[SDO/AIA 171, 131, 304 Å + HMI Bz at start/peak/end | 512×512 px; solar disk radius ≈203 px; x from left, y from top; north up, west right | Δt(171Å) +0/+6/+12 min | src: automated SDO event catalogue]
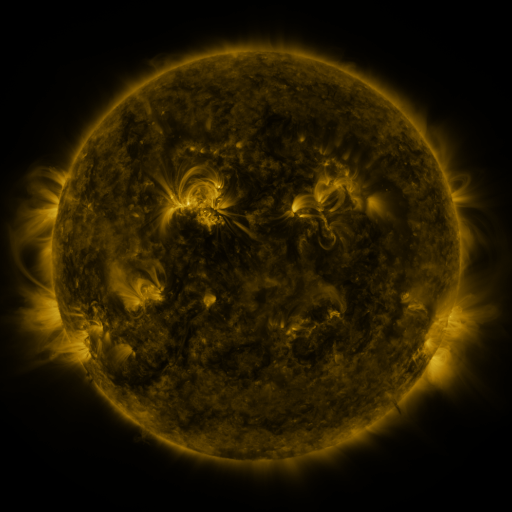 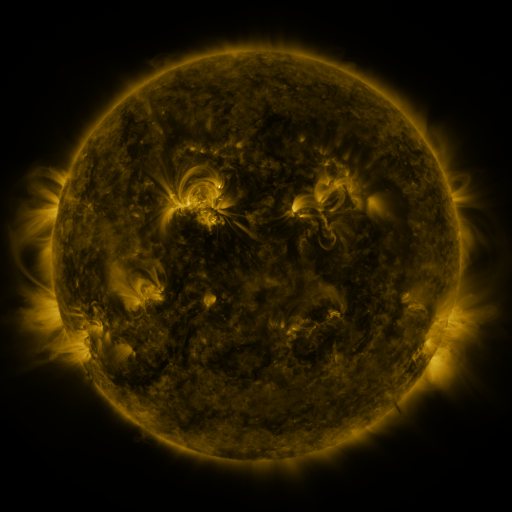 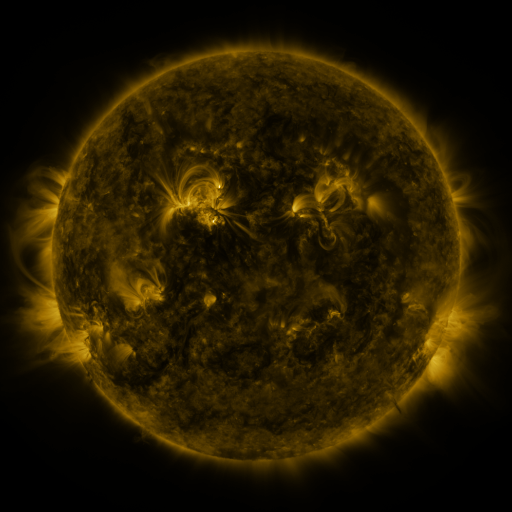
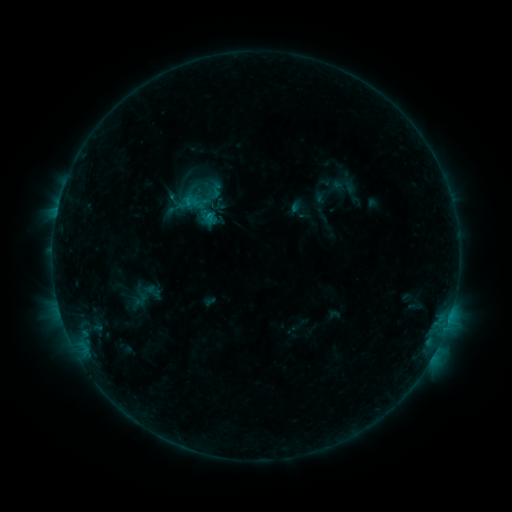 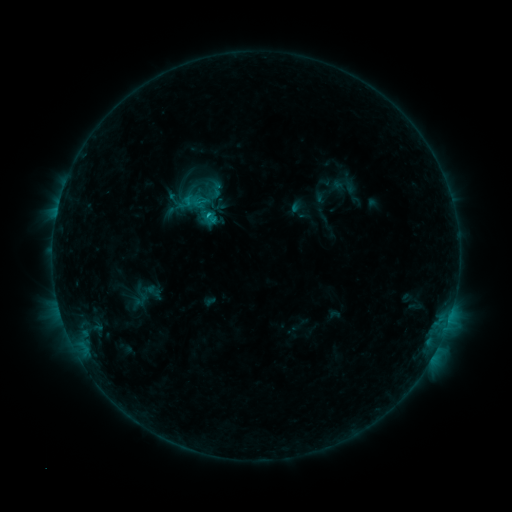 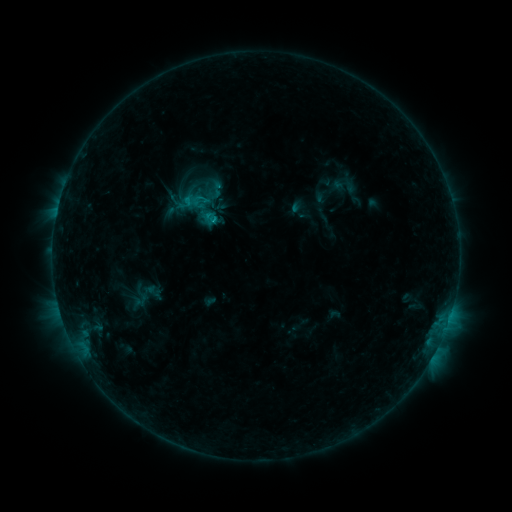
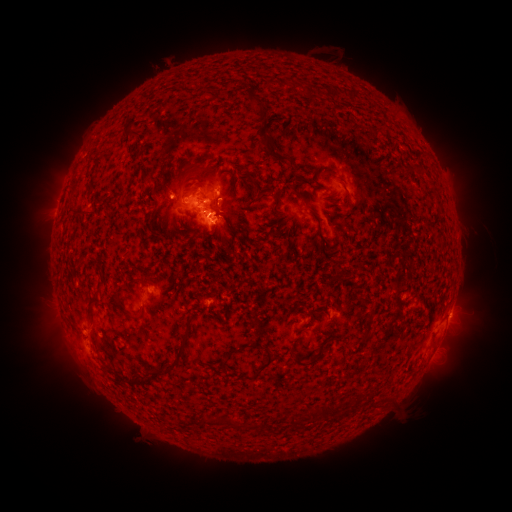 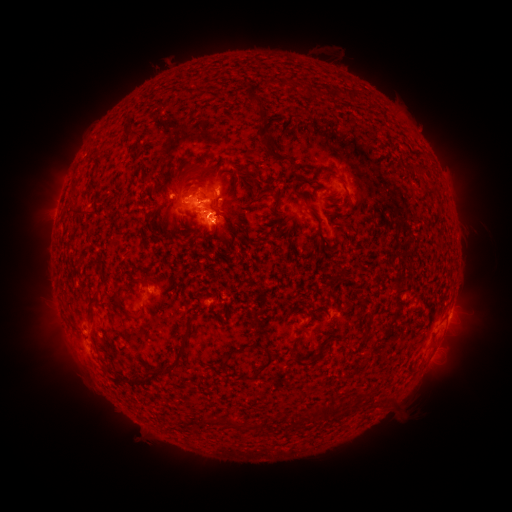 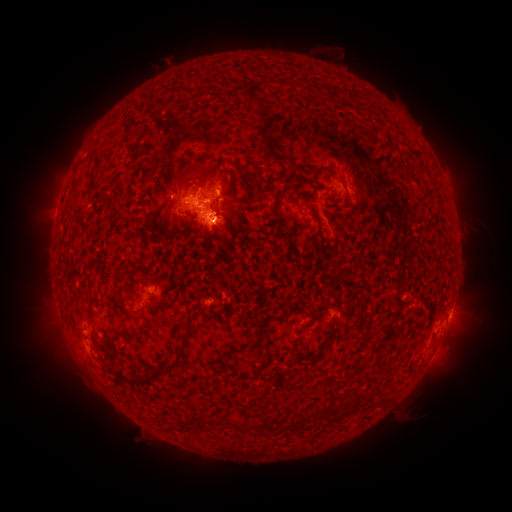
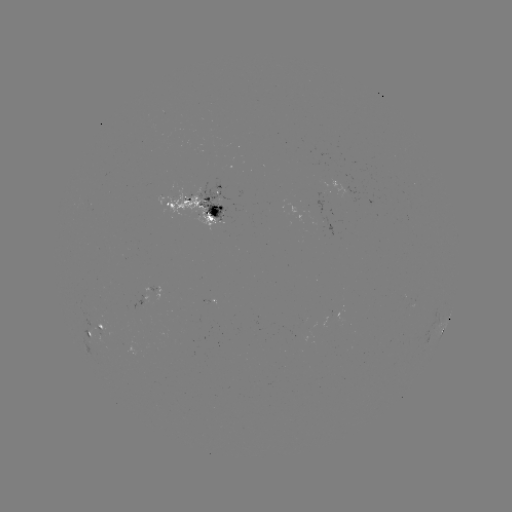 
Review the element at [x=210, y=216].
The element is B8.9 flare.